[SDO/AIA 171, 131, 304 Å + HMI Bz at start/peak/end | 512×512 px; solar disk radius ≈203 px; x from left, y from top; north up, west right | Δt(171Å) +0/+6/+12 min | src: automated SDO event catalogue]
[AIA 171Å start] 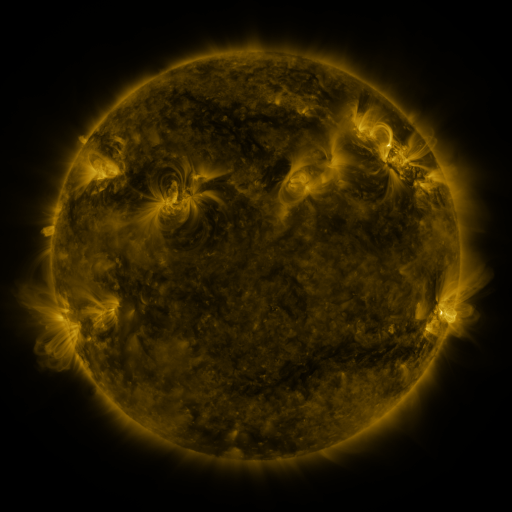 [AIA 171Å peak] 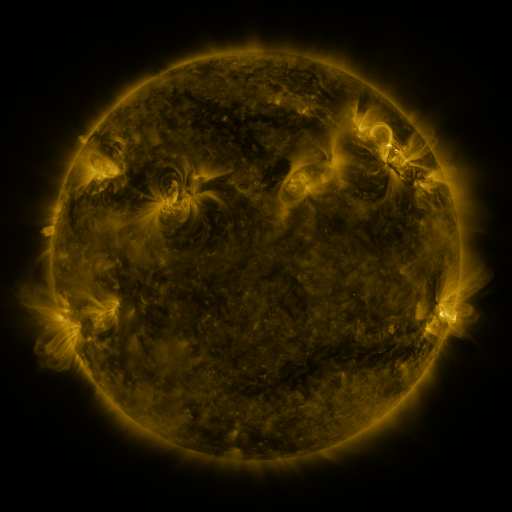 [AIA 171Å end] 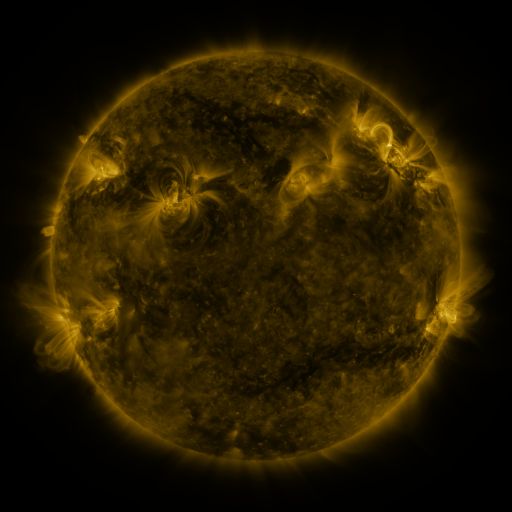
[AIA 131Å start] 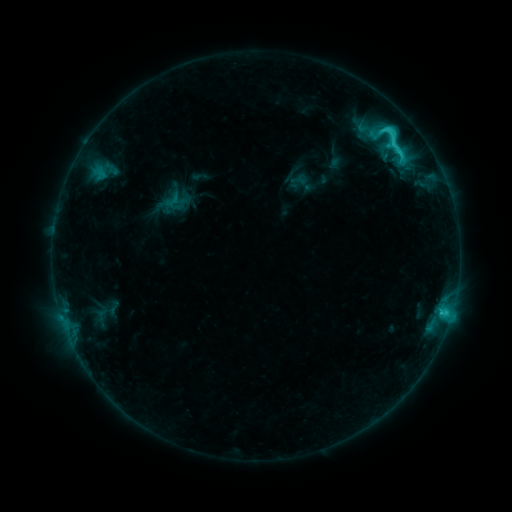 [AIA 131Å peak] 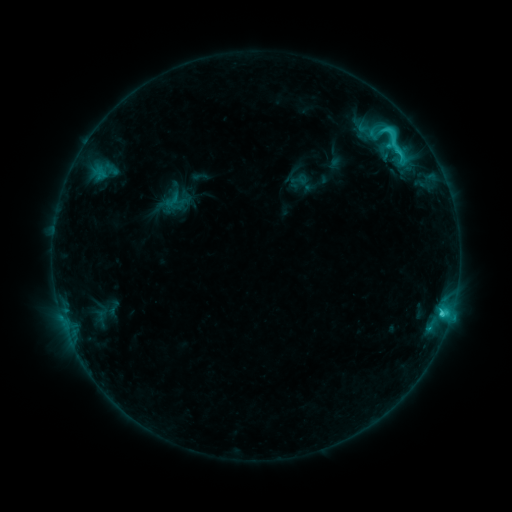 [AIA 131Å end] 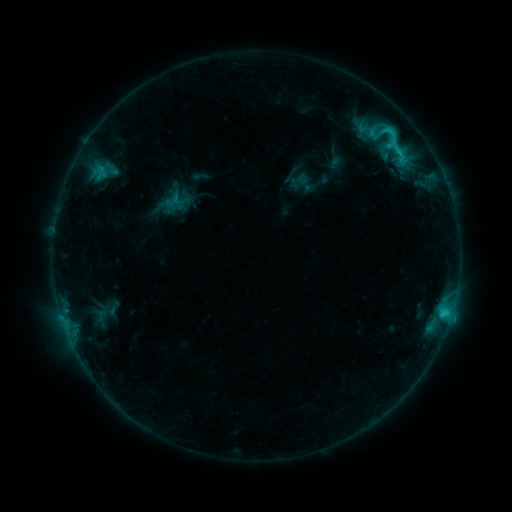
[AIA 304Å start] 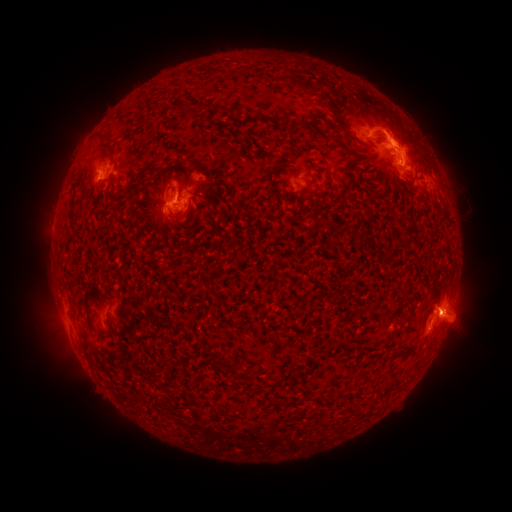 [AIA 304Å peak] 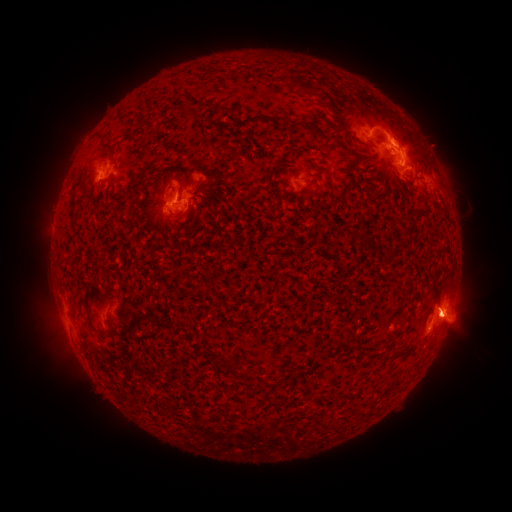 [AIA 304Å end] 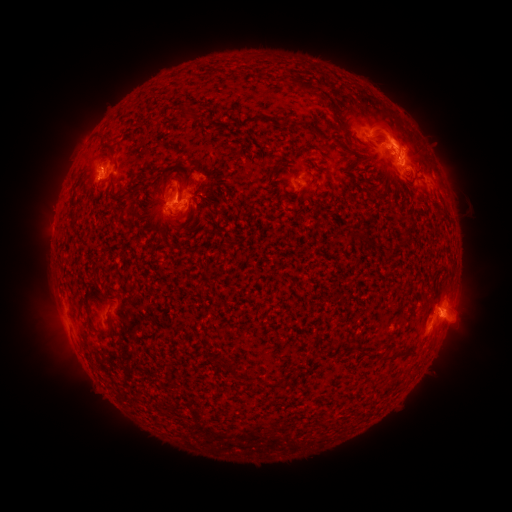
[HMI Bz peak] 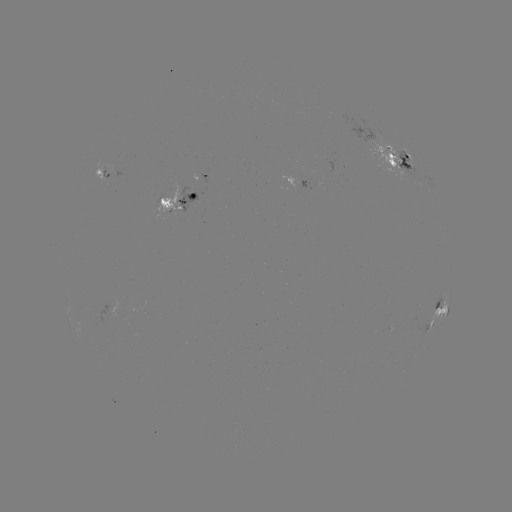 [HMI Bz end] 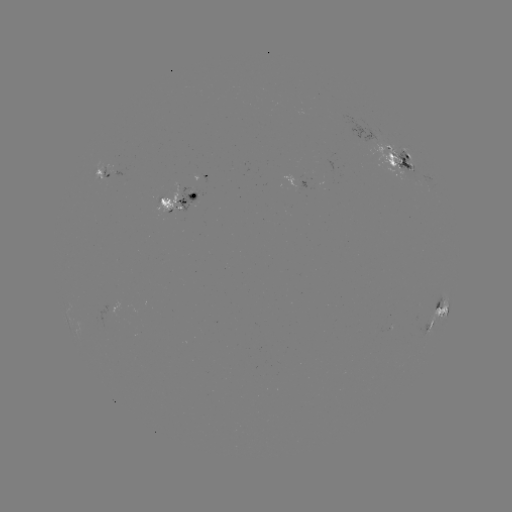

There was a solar eruption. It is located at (418, 141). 